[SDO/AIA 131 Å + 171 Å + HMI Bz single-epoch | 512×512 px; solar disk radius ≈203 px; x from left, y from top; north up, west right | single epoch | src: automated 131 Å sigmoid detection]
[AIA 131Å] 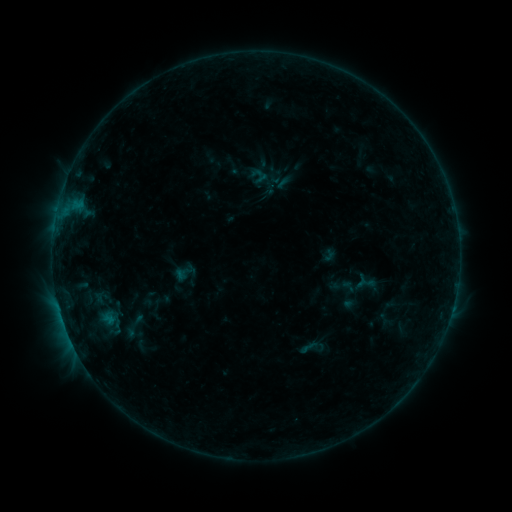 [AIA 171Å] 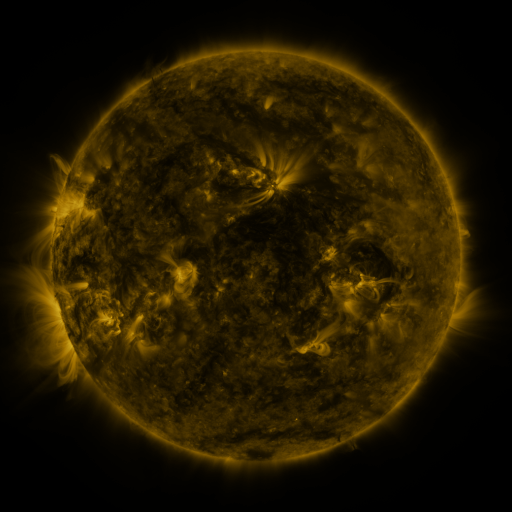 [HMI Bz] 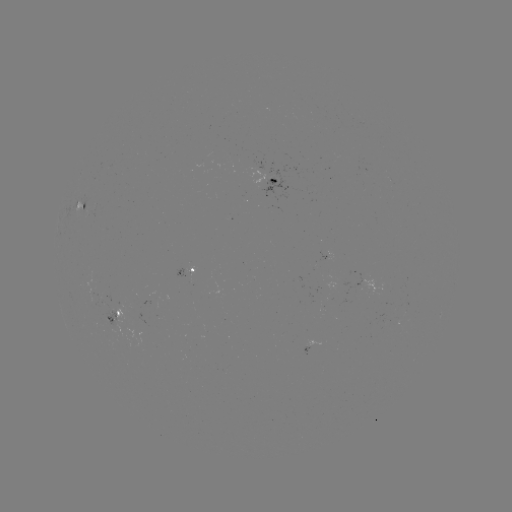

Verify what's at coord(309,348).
sigmoid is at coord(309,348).